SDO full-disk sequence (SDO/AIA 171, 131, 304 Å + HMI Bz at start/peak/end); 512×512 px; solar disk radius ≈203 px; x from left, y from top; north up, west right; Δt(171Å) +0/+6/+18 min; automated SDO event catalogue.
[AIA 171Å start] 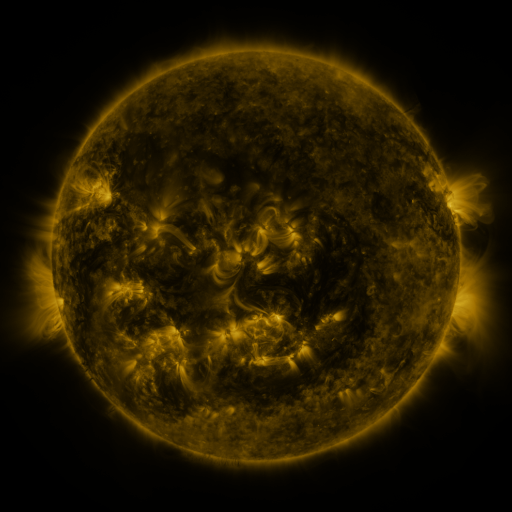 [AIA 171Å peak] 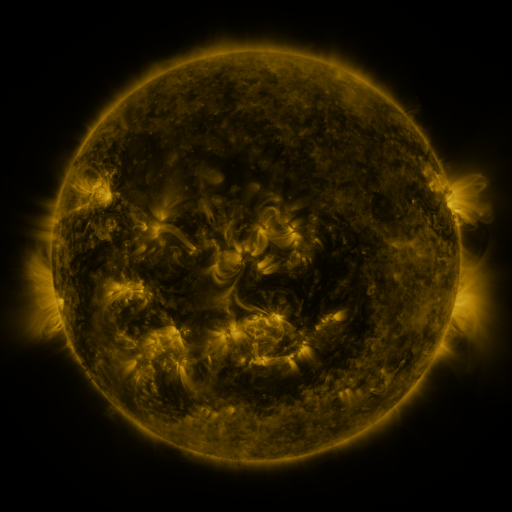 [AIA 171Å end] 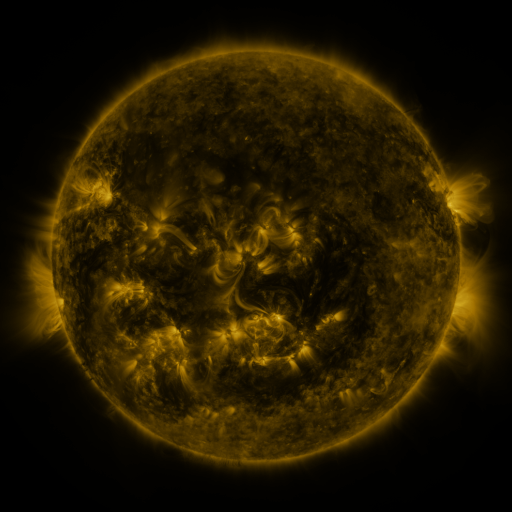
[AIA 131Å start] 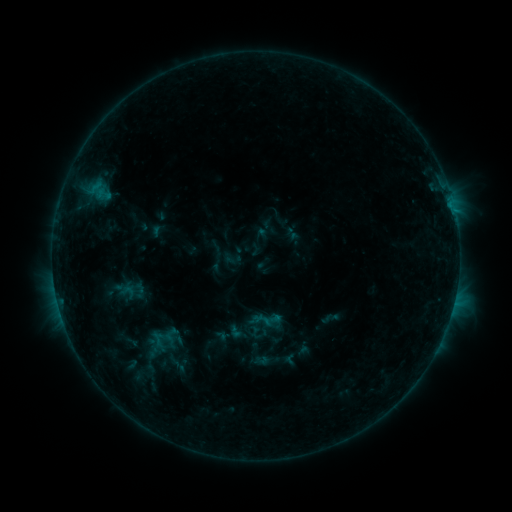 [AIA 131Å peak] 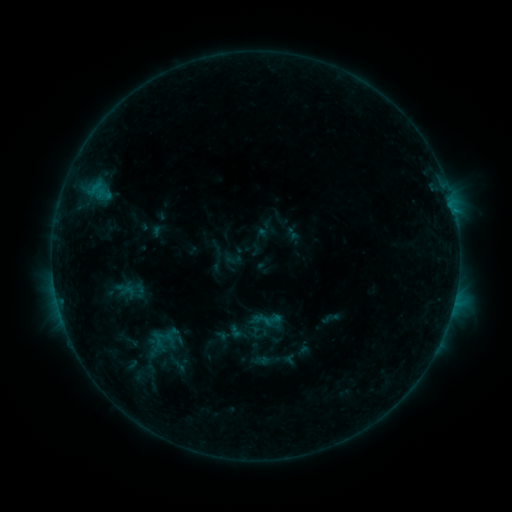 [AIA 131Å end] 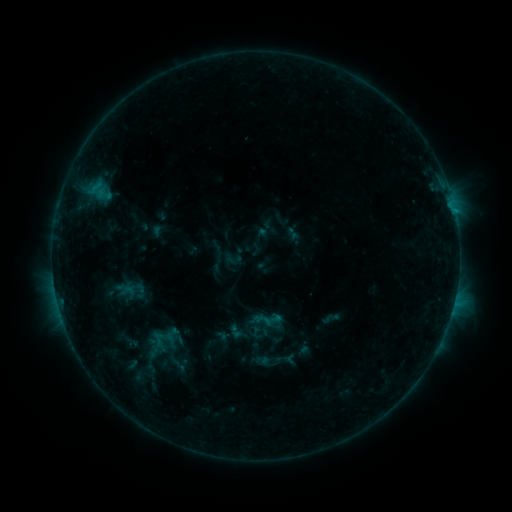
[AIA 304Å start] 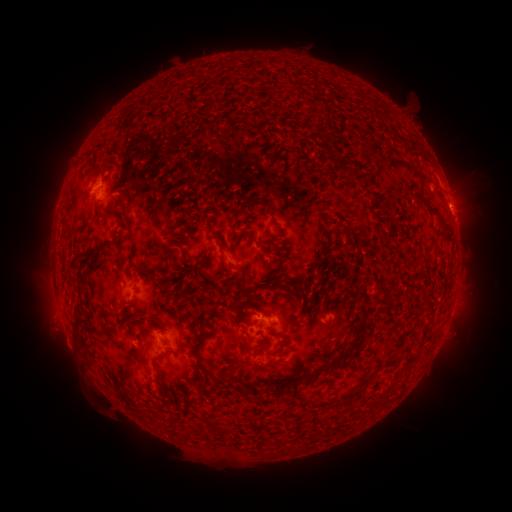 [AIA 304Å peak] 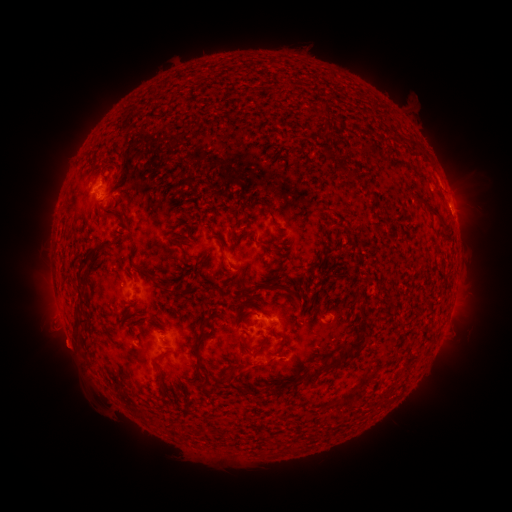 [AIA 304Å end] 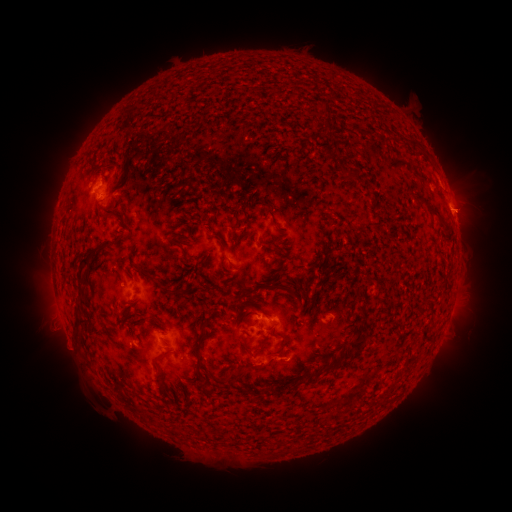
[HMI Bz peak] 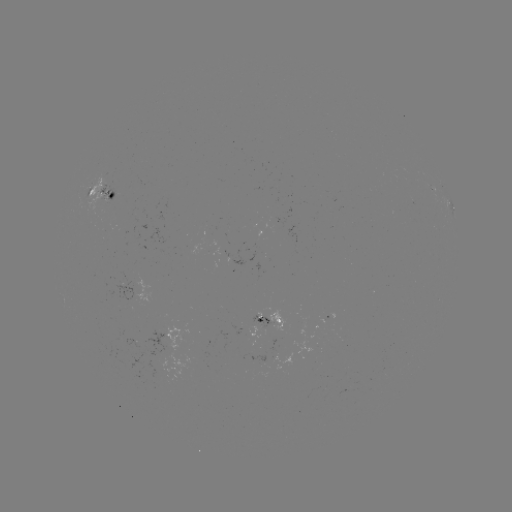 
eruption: [41, 321, 93, 370]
